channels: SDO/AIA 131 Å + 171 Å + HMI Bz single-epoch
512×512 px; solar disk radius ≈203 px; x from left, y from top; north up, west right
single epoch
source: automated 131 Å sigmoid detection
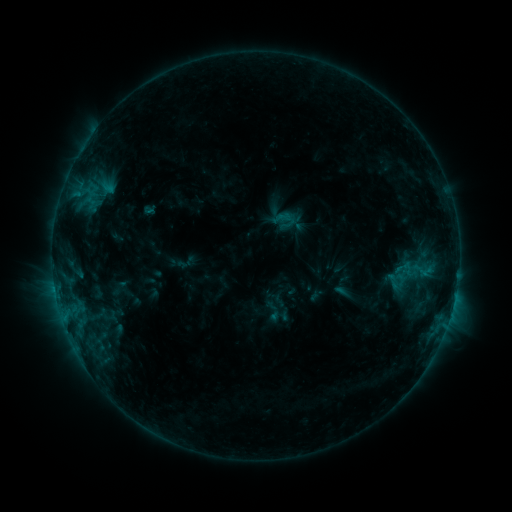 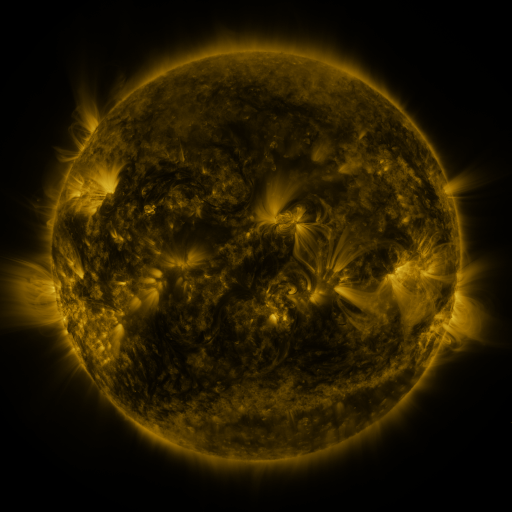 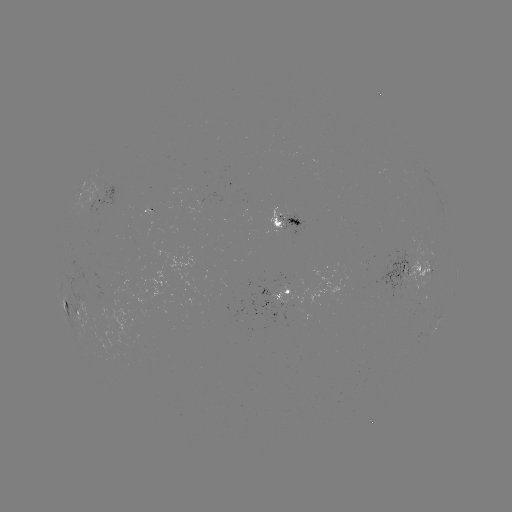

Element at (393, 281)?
sigmoid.